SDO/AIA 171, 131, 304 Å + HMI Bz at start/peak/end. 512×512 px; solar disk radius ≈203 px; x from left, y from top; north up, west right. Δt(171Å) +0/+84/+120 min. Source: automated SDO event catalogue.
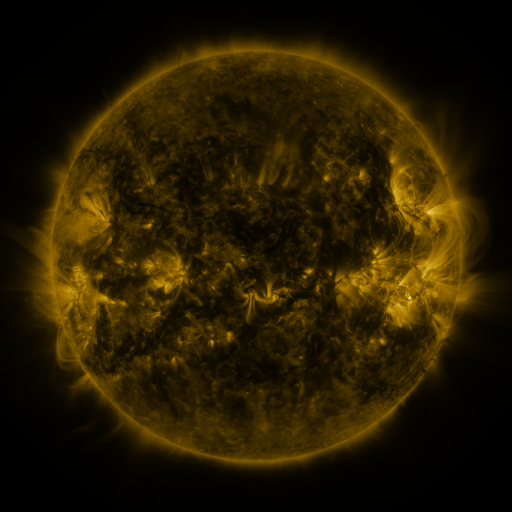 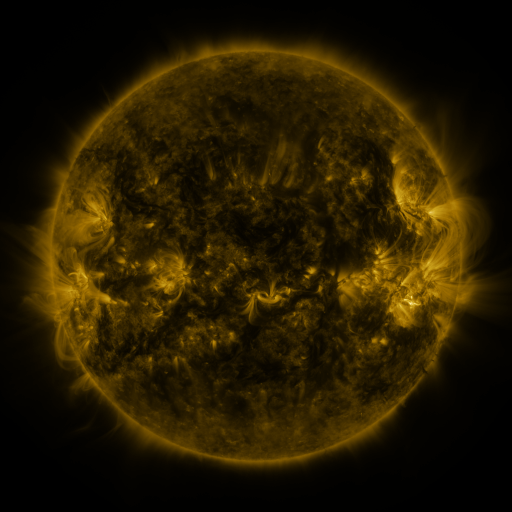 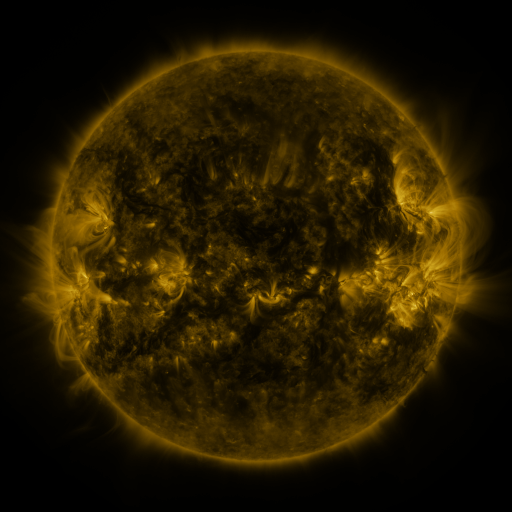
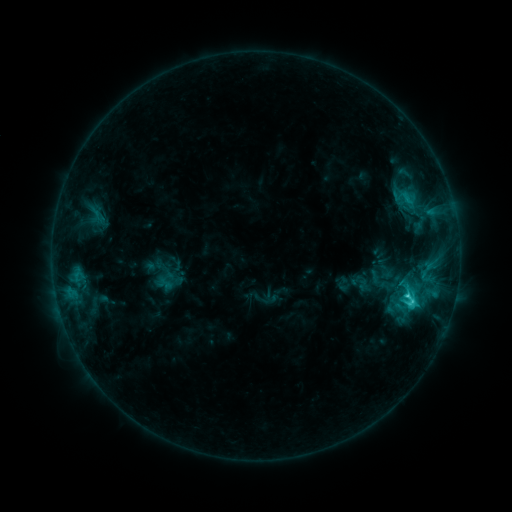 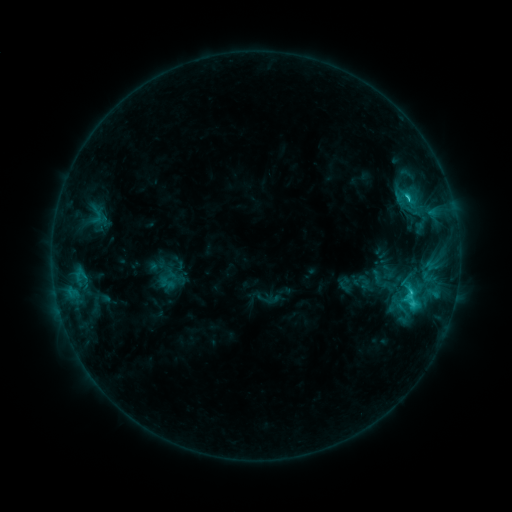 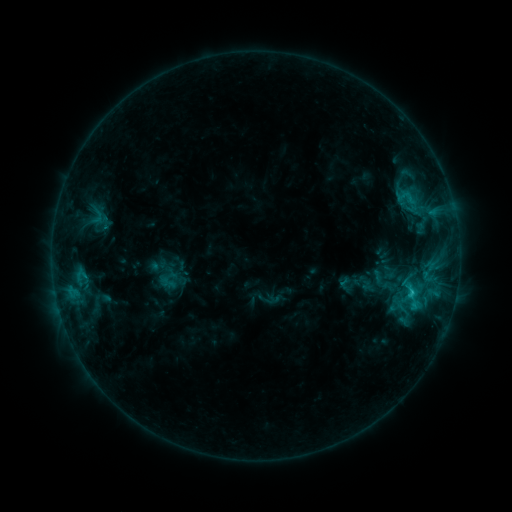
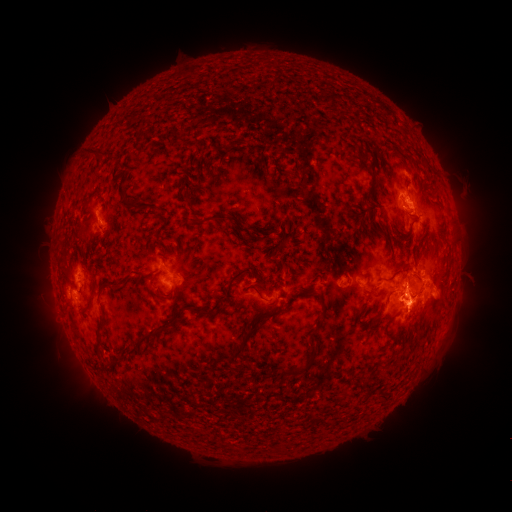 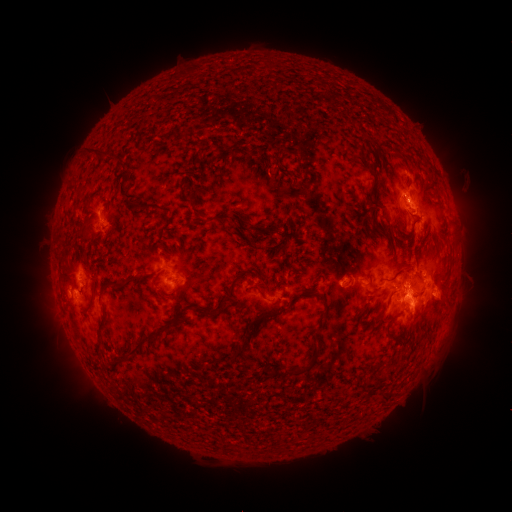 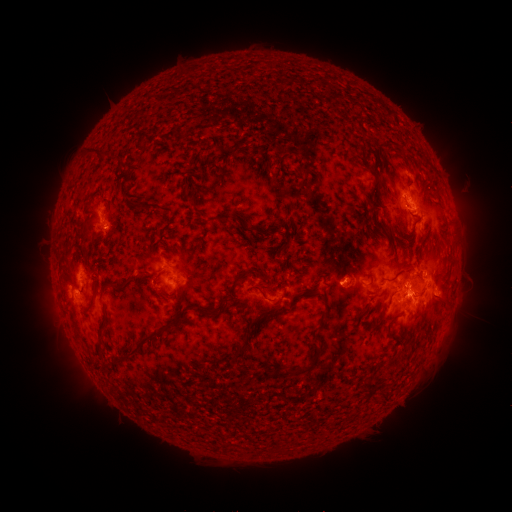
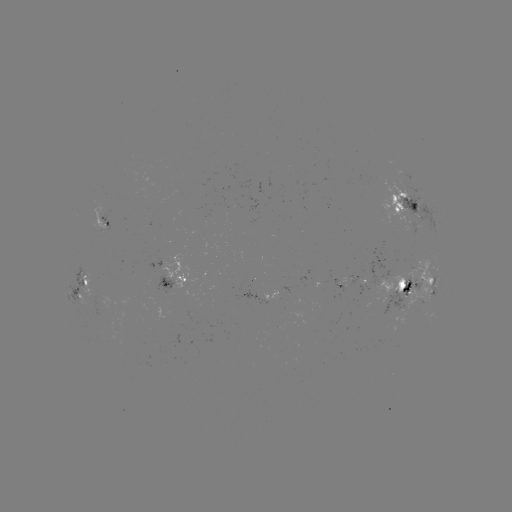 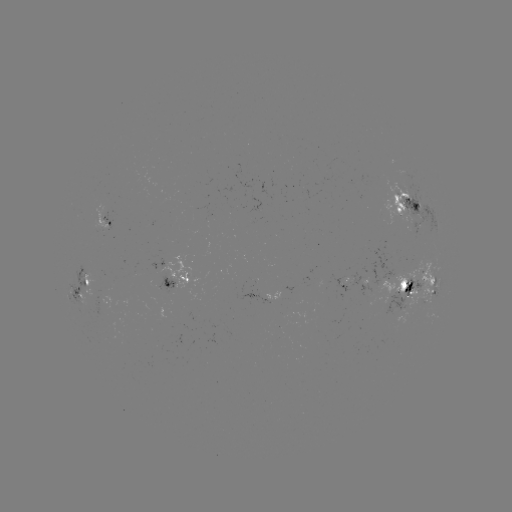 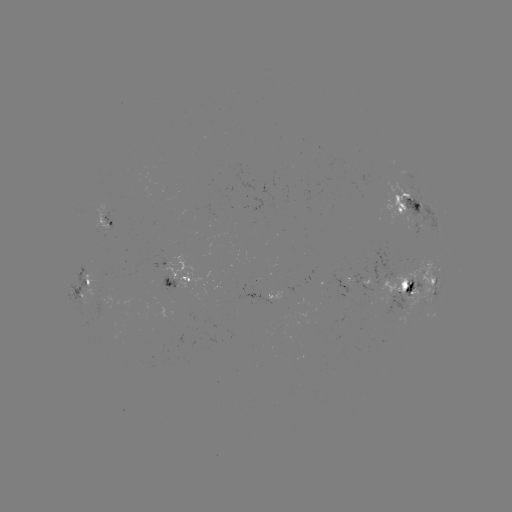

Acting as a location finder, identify emerging-flux region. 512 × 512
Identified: (344, 286).